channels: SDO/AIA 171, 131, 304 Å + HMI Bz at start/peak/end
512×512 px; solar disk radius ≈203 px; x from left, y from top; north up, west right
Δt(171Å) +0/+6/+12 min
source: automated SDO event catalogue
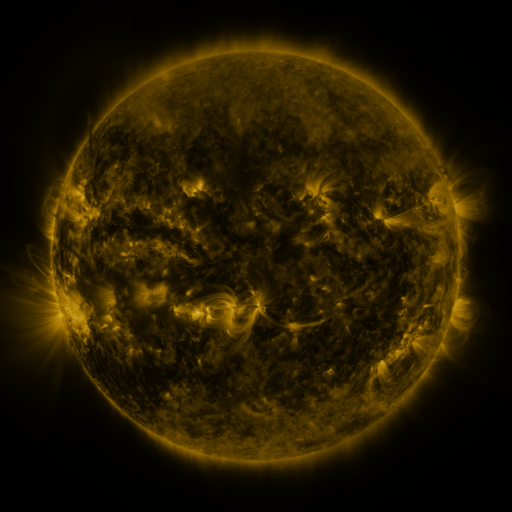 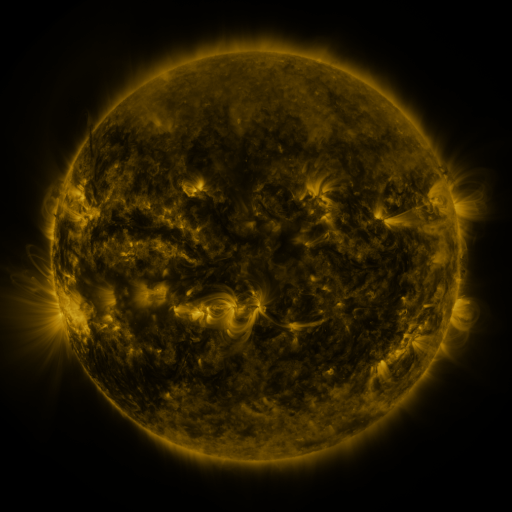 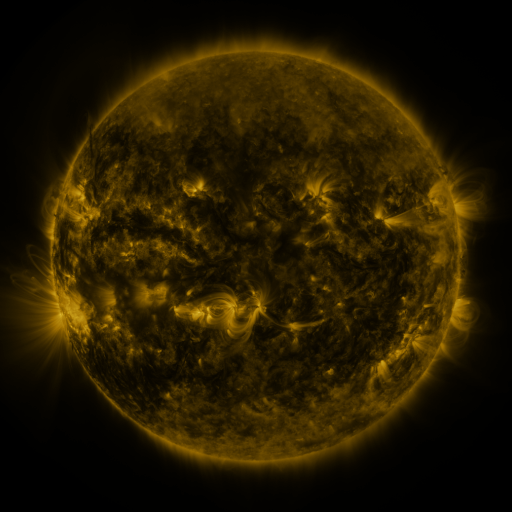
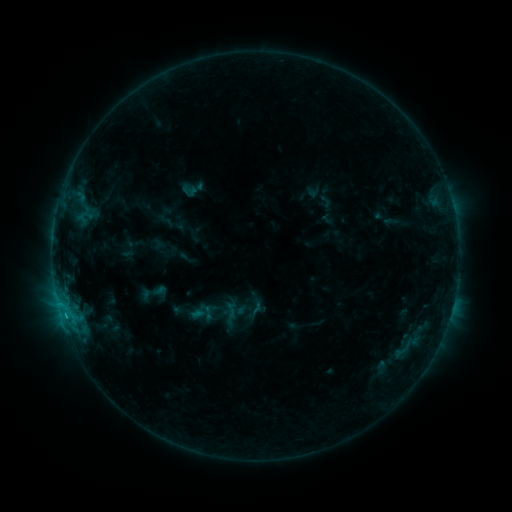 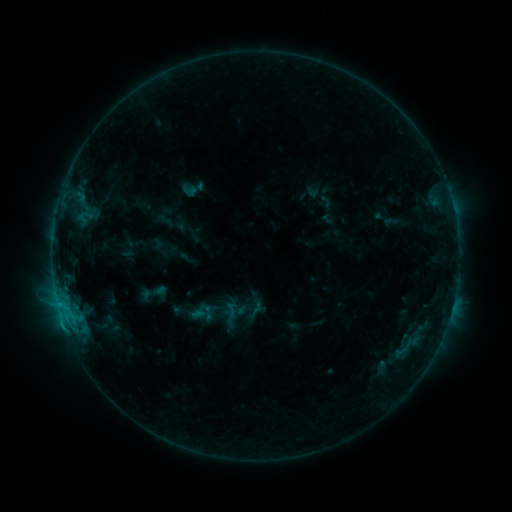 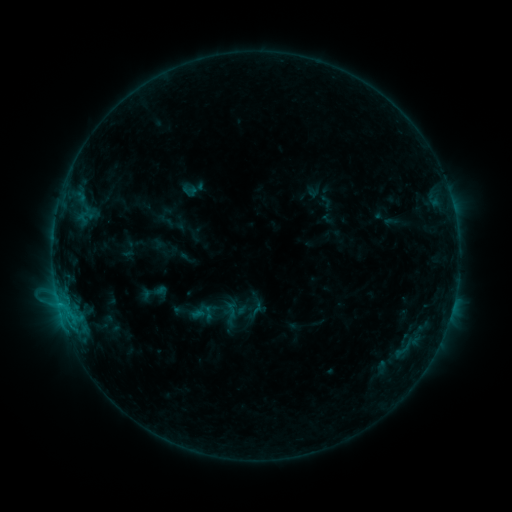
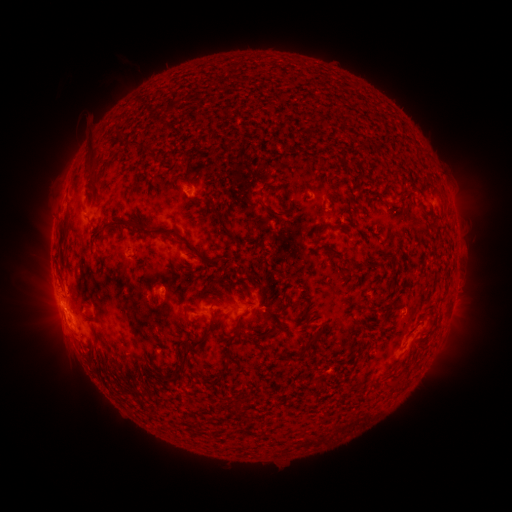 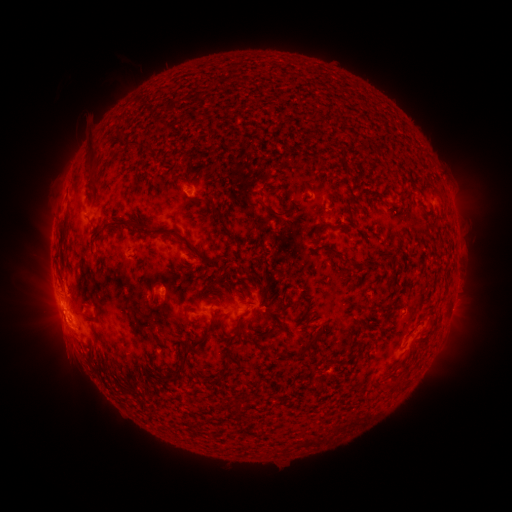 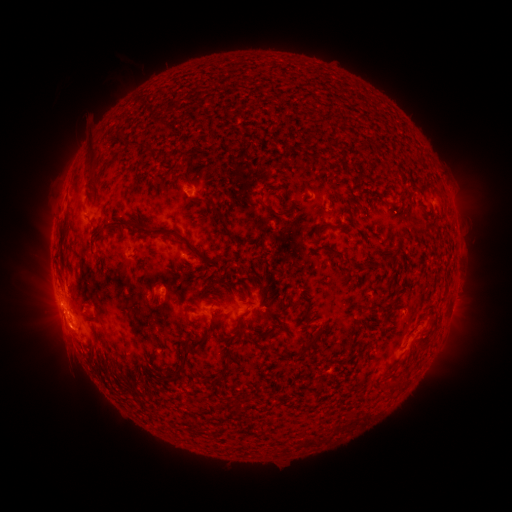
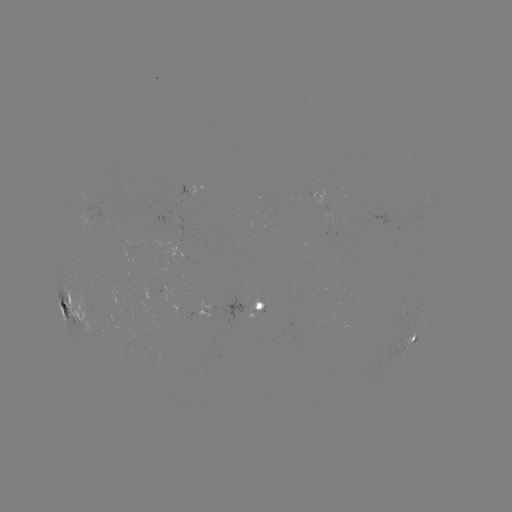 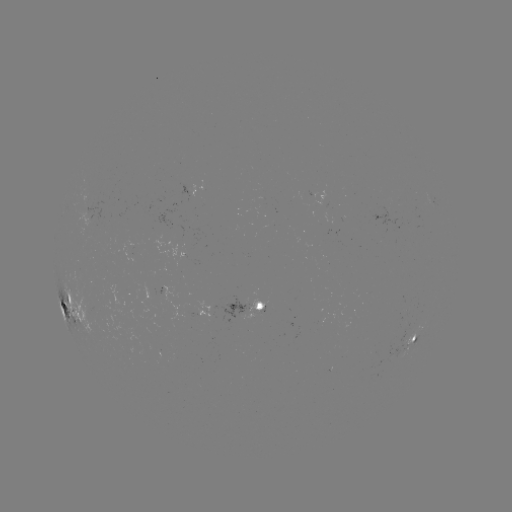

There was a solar eruption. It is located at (68, 336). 